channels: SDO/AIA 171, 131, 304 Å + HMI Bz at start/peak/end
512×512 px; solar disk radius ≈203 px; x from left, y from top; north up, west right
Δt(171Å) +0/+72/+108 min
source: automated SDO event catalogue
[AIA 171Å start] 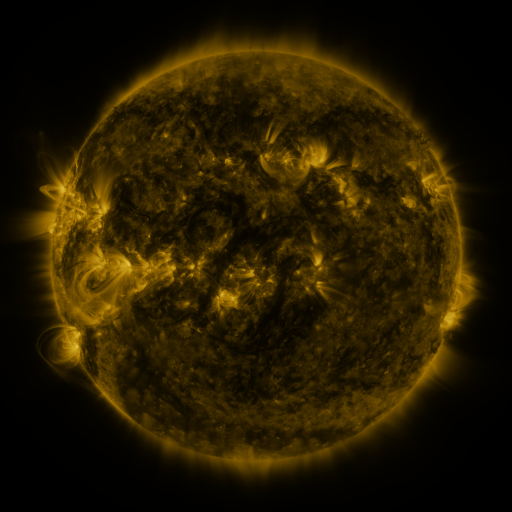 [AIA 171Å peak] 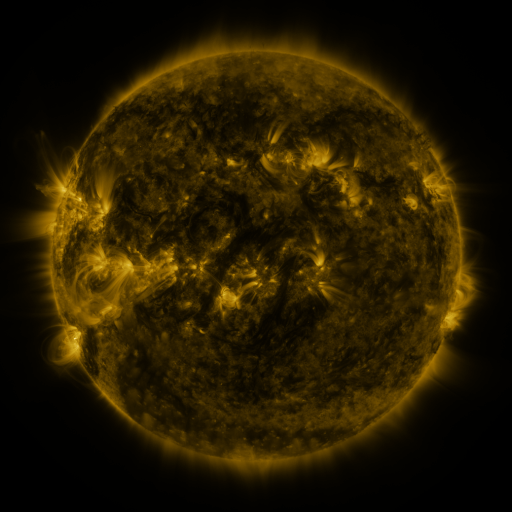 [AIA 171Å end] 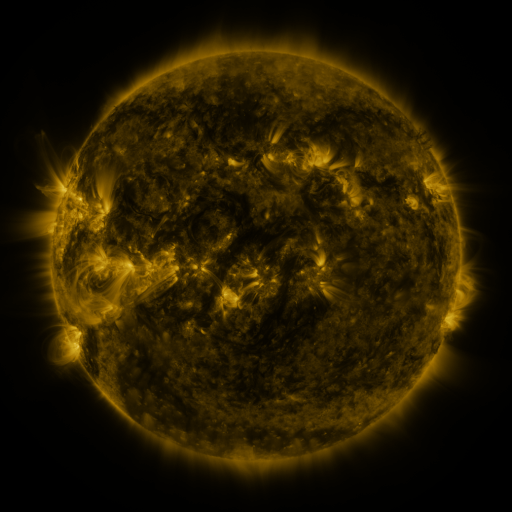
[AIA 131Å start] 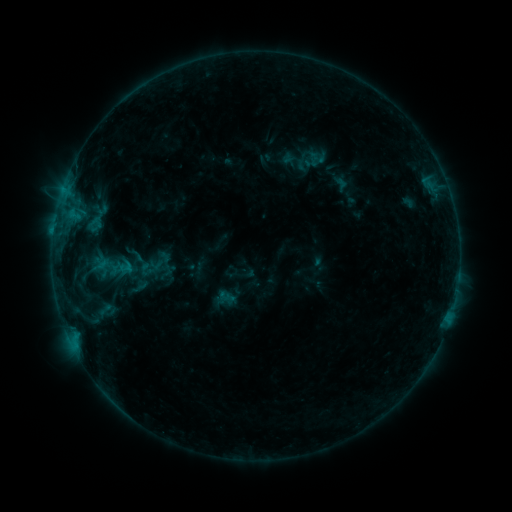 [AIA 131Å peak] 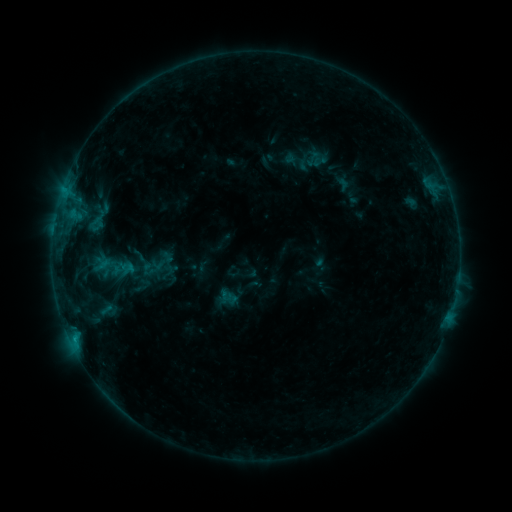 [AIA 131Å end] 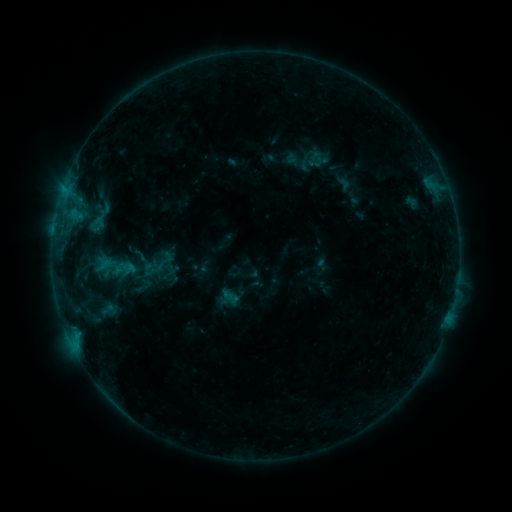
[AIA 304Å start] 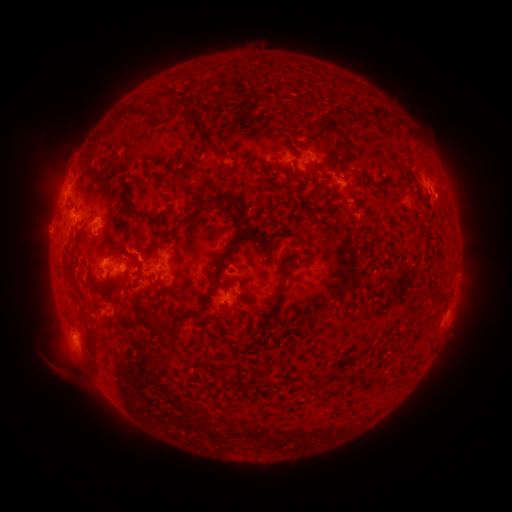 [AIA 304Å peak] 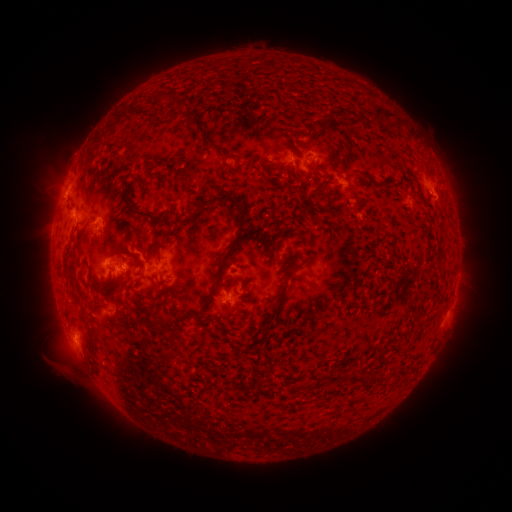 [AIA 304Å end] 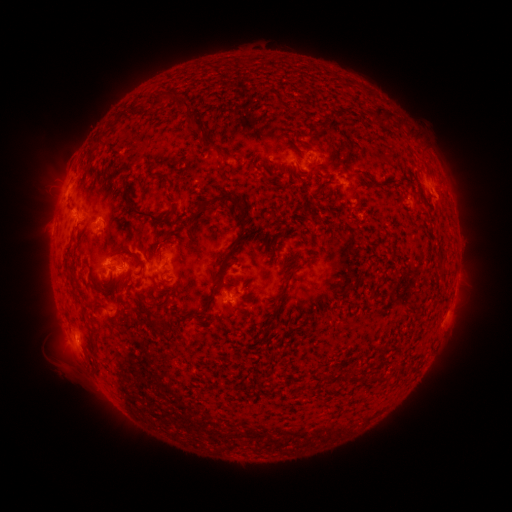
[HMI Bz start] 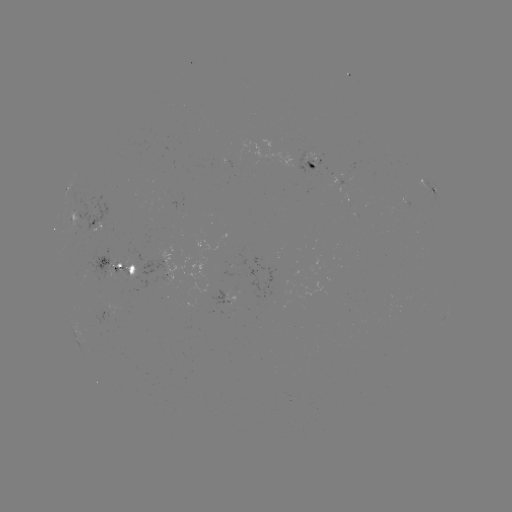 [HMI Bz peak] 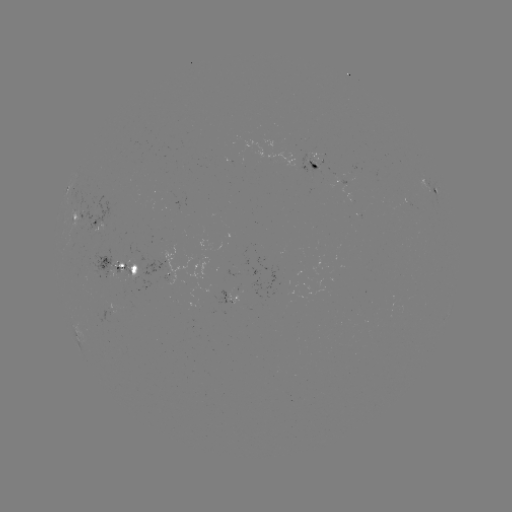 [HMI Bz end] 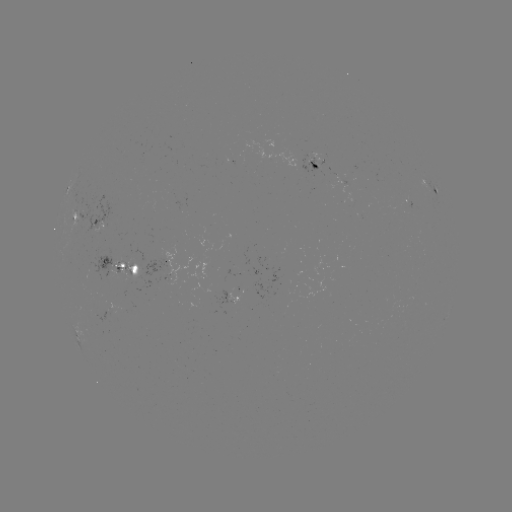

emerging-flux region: (339, 181, 352, 200)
